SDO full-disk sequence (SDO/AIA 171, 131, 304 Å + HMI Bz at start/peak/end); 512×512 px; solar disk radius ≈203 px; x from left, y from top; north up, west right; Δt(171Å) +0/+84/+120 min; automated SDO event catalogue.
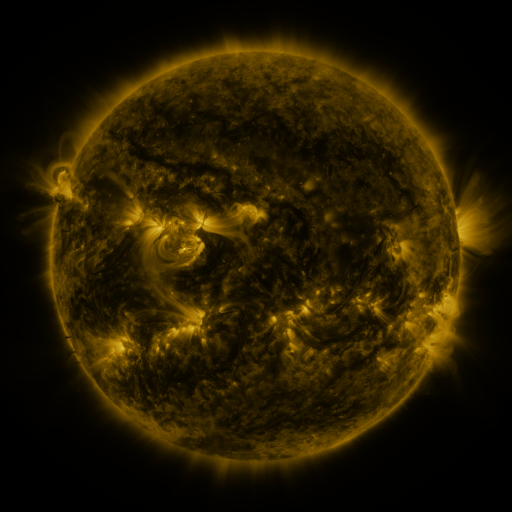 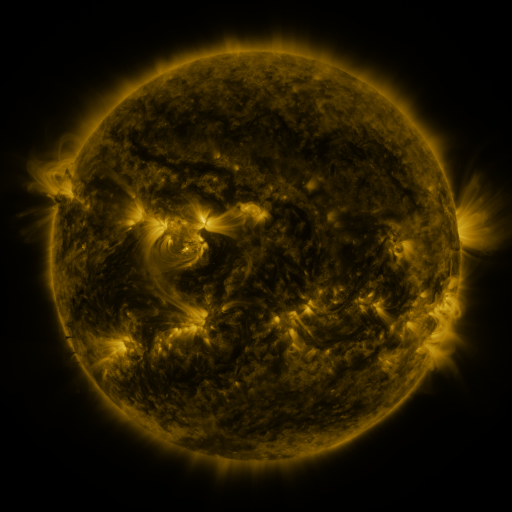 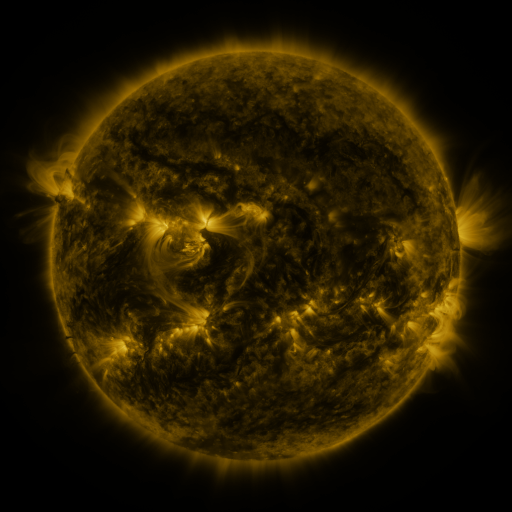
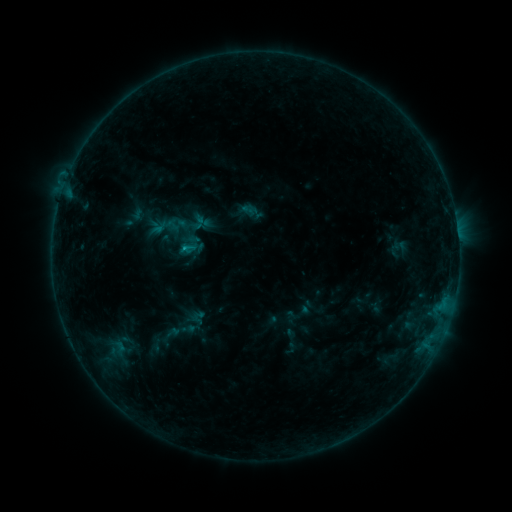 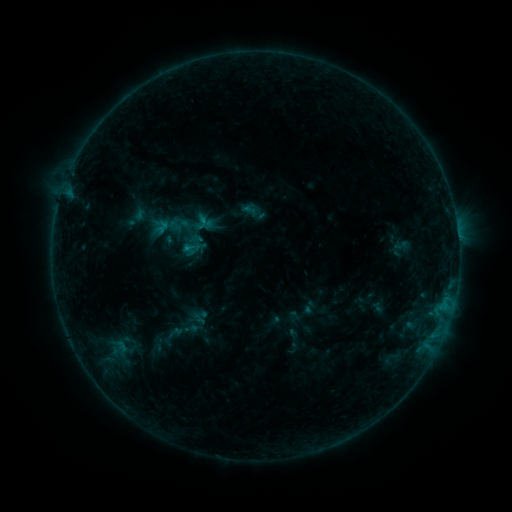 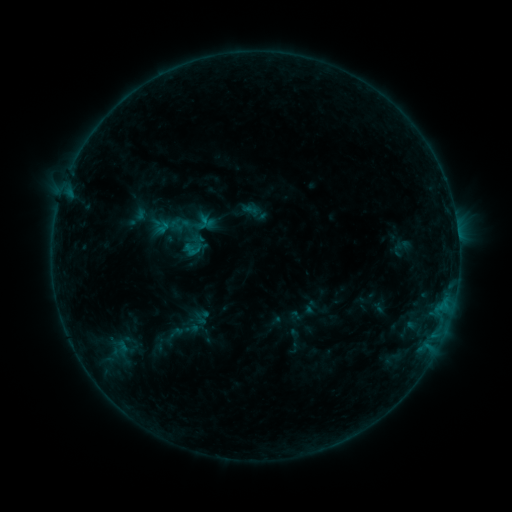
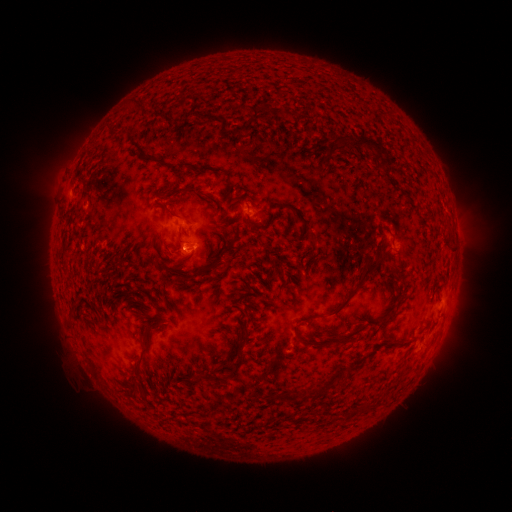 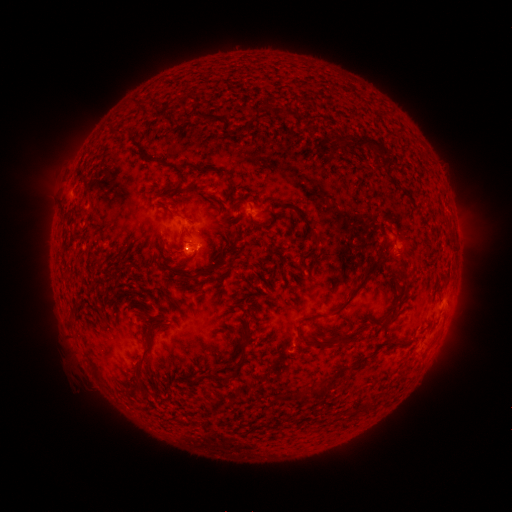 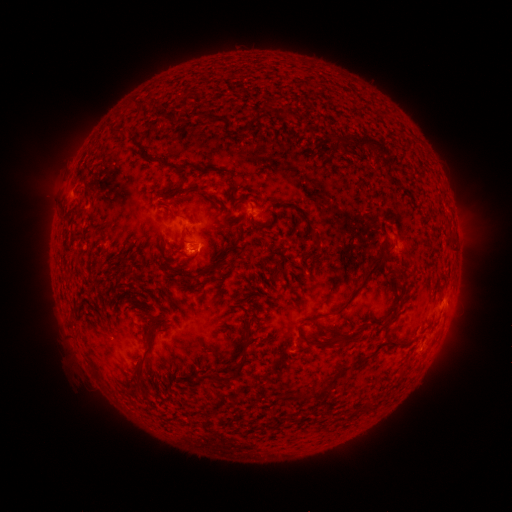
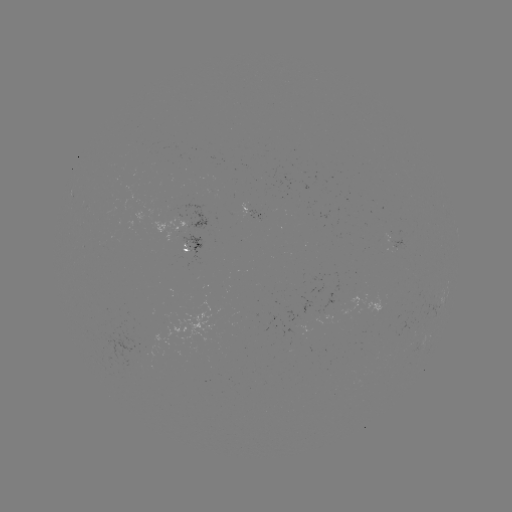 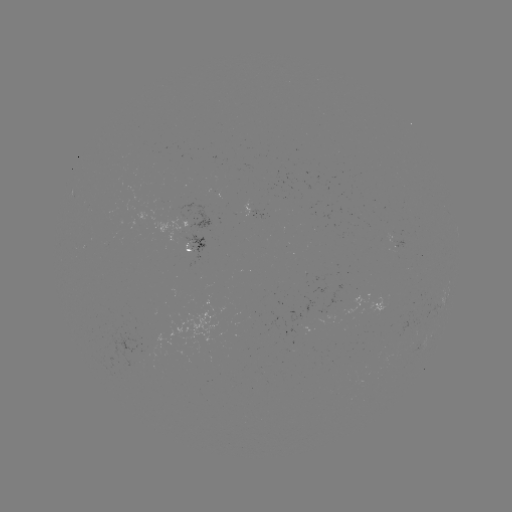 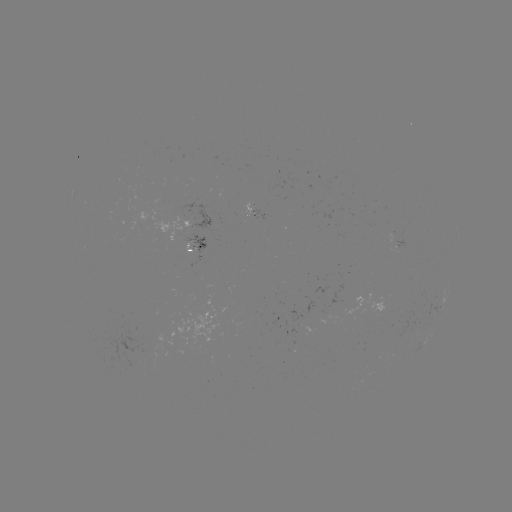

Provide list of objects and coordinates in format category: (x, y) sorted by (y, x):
emerging-flux region: (185, 253)
